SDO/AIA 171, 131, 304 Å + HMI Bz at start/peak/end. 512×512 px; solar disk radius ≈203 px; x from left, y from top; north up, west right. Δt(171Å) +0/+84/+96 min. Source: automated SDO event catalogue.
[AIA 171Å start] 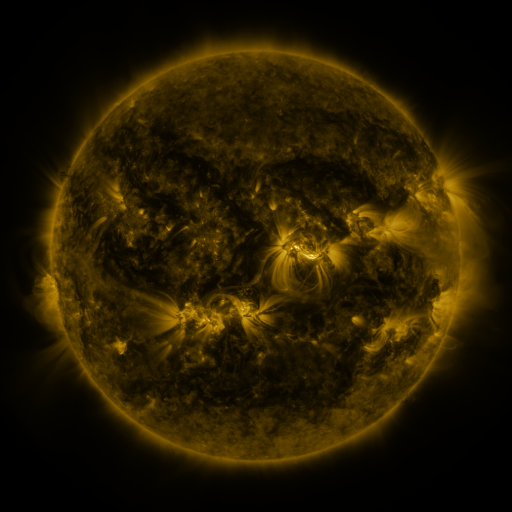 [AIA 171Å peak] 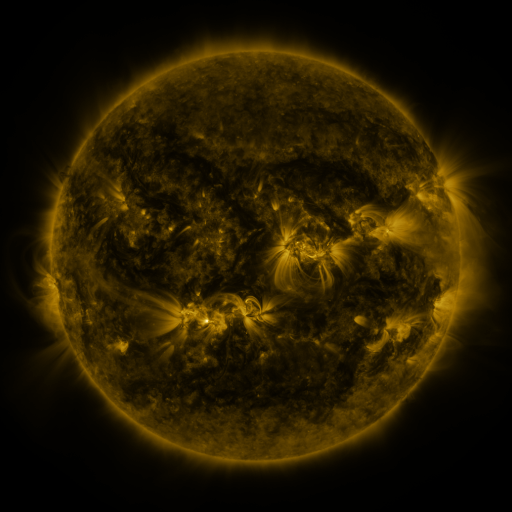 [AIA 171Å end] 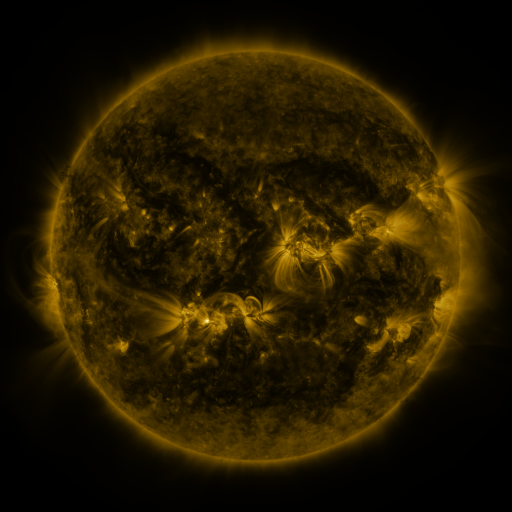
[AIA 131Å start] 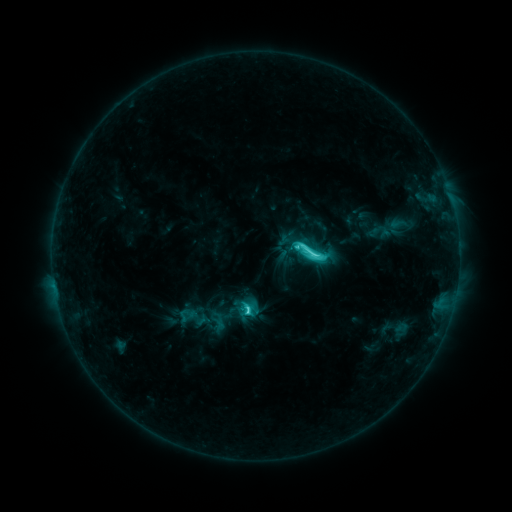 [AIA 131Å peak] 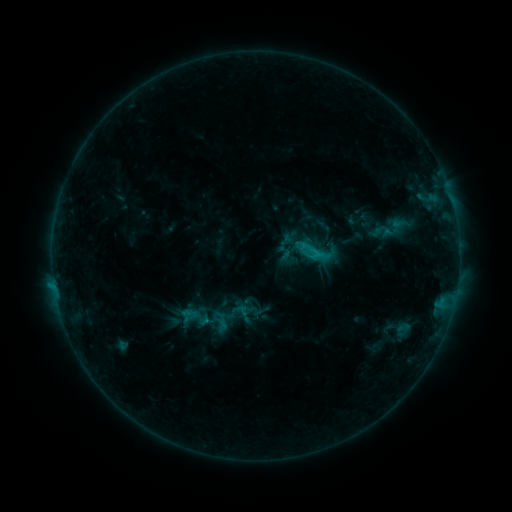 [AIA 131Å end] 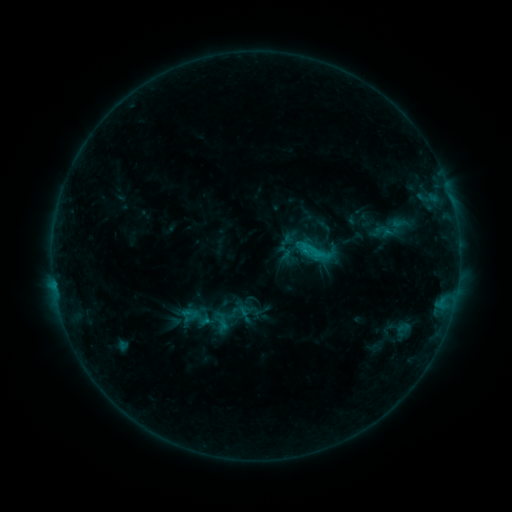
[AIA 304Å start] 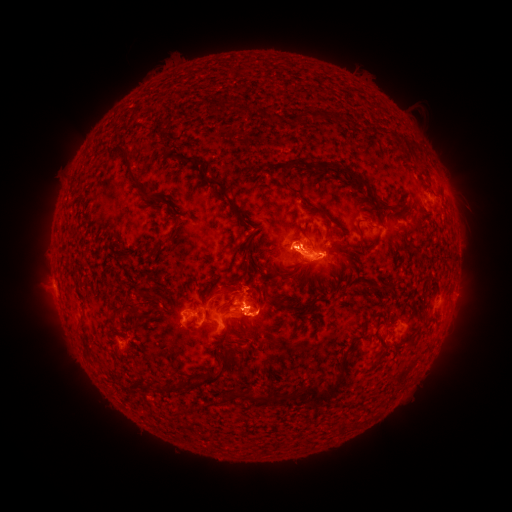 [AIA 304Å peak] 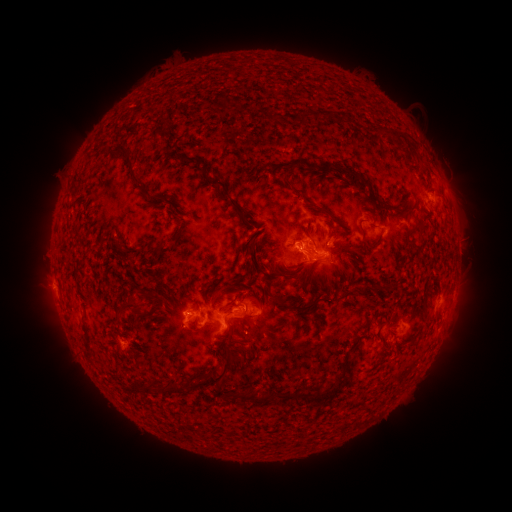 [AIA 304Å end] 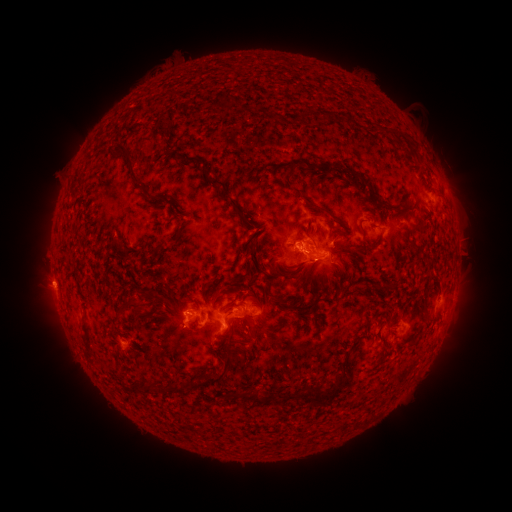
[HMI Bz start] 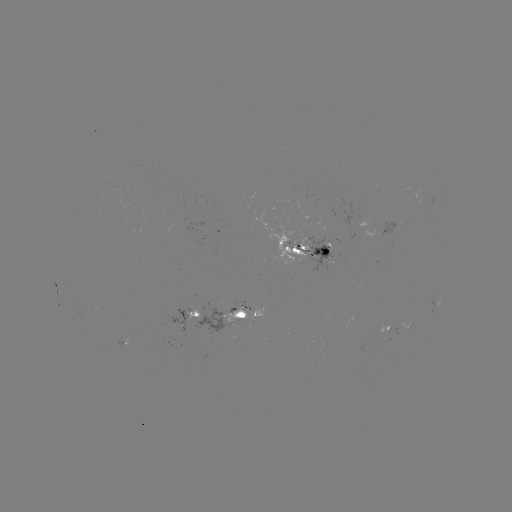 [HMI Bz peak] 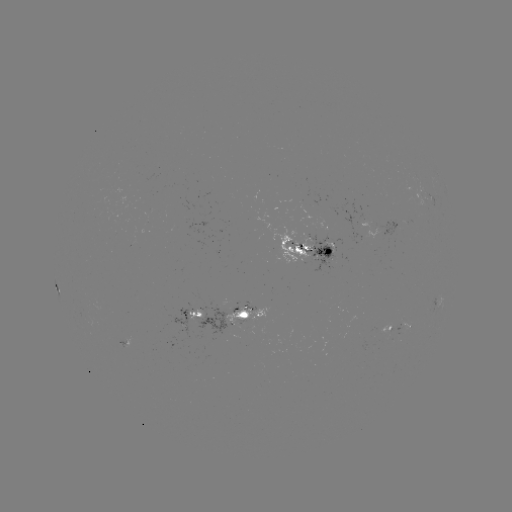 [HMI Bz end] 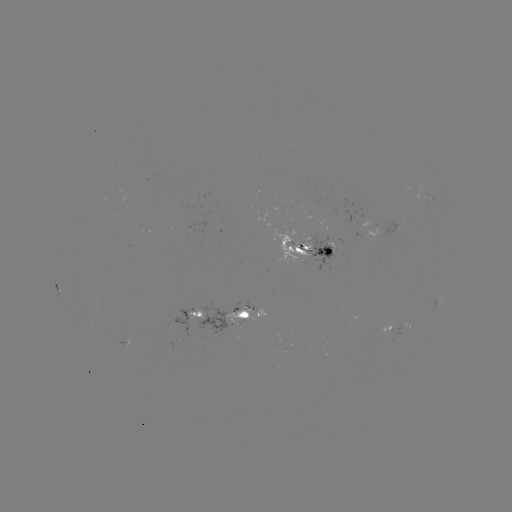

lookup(emerging-flux region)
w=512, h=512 (337, 250)